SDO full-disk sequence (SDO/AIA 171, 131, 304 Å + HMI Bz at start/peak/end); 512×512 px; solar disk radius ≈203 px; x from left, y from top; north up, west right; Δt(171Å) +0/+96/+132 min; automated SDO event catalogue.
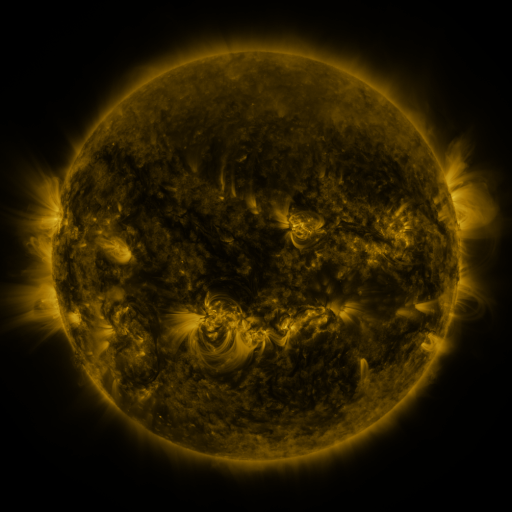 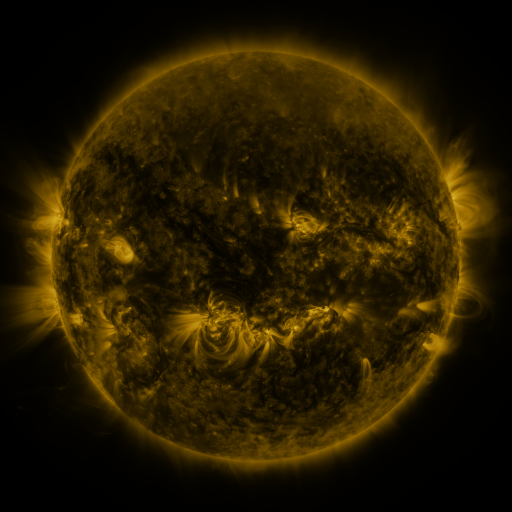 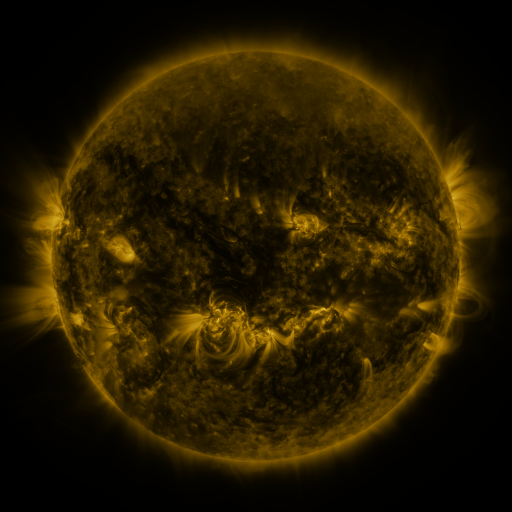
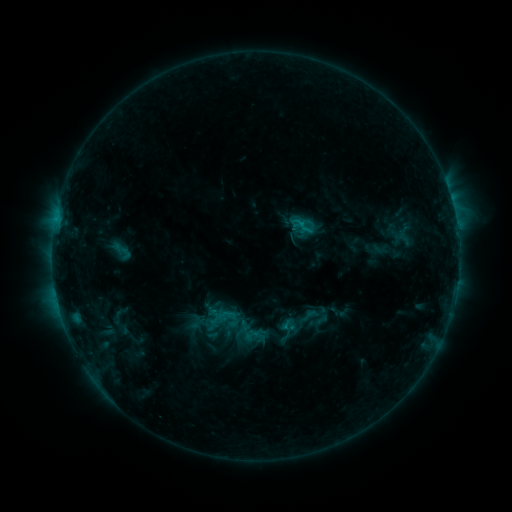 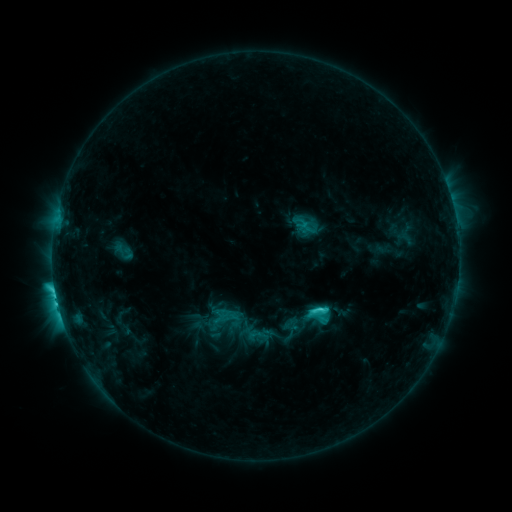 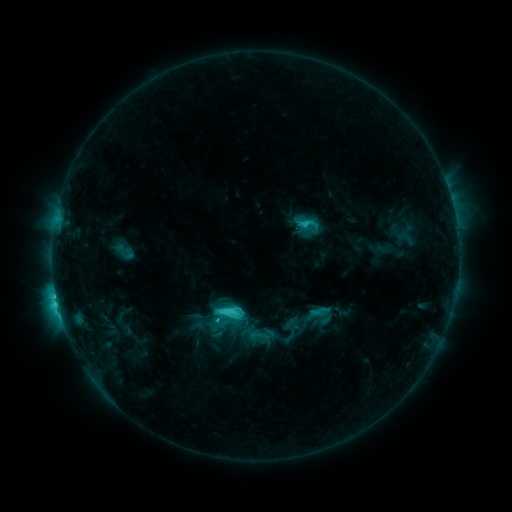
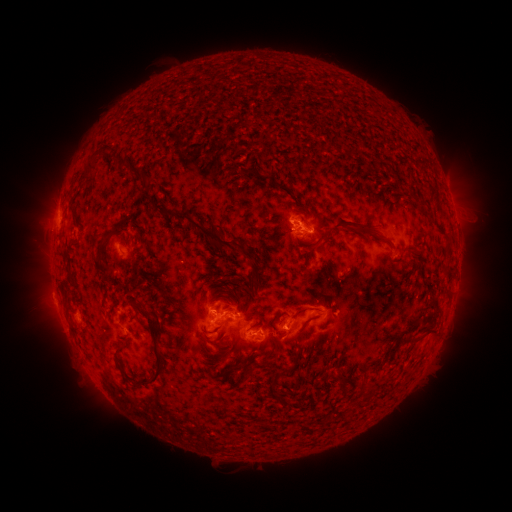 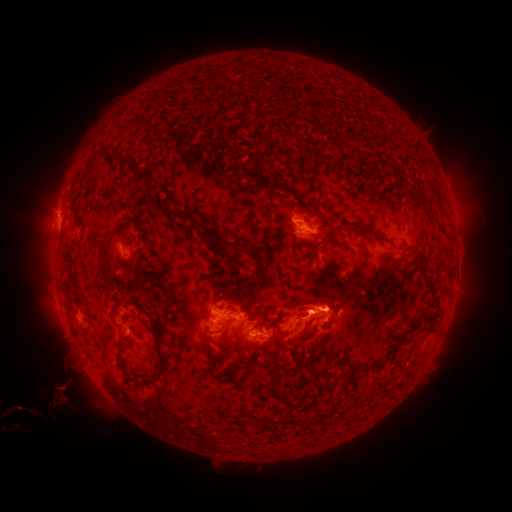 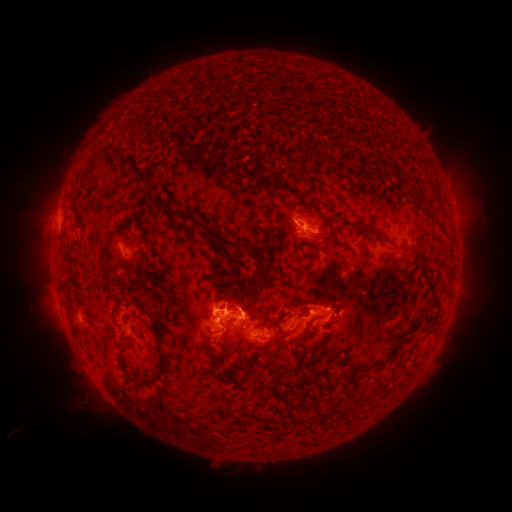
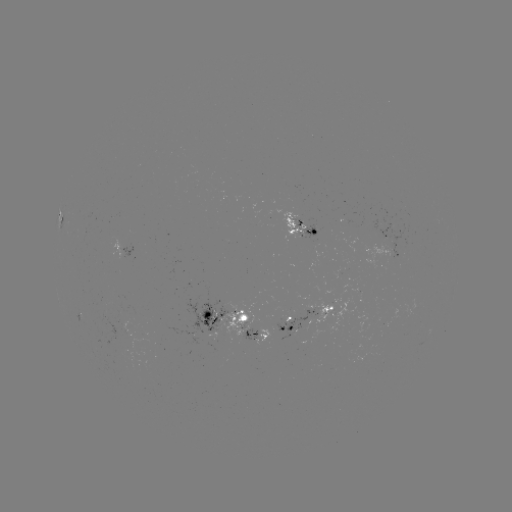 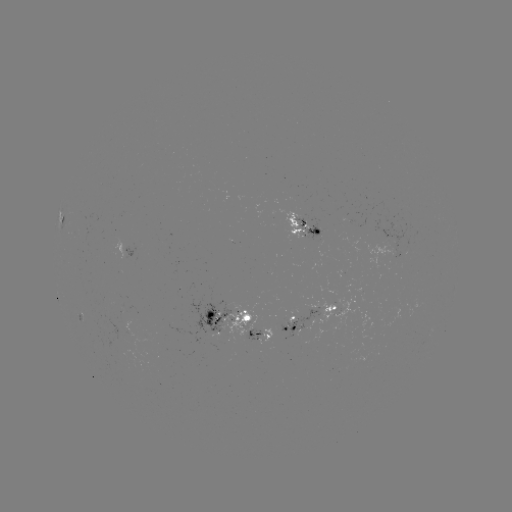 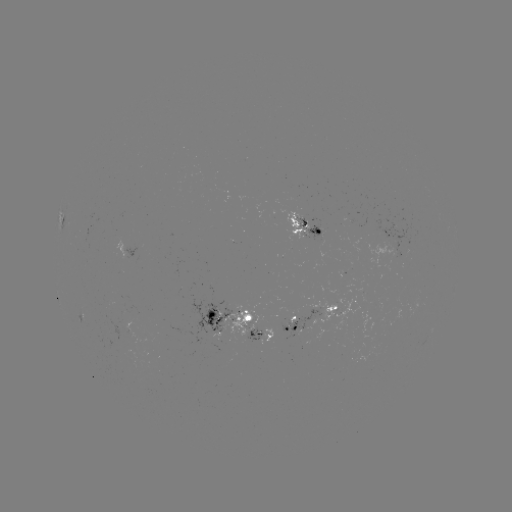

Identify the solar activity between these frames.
emerging-flux region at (332, 312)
